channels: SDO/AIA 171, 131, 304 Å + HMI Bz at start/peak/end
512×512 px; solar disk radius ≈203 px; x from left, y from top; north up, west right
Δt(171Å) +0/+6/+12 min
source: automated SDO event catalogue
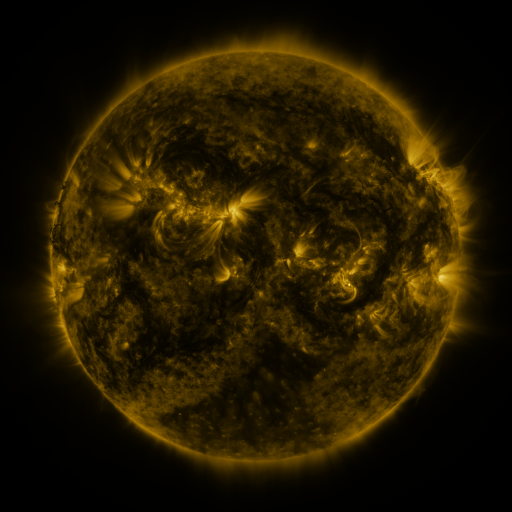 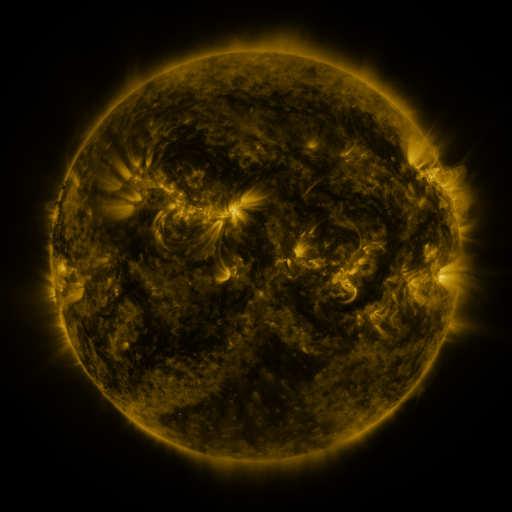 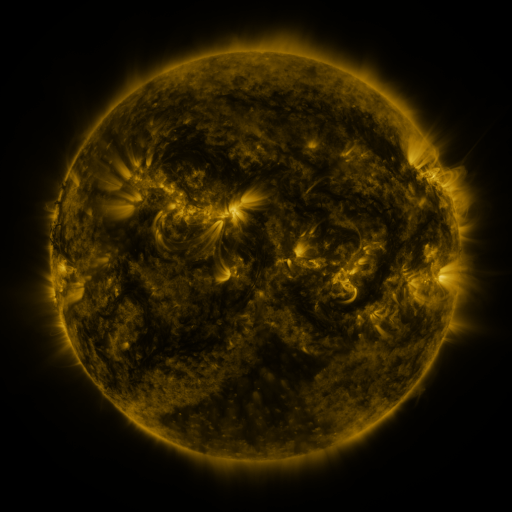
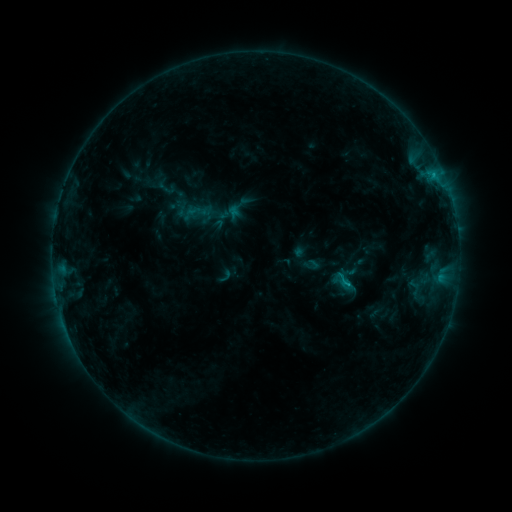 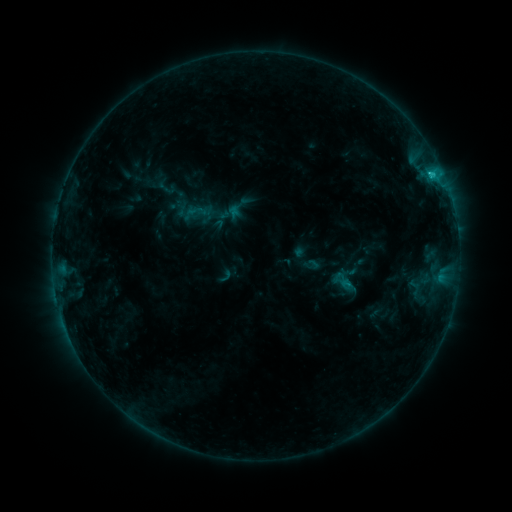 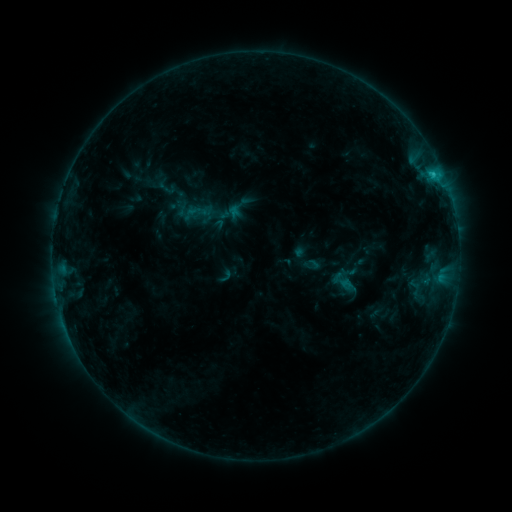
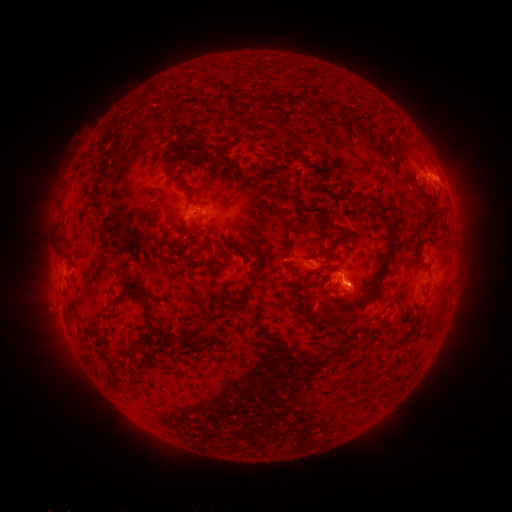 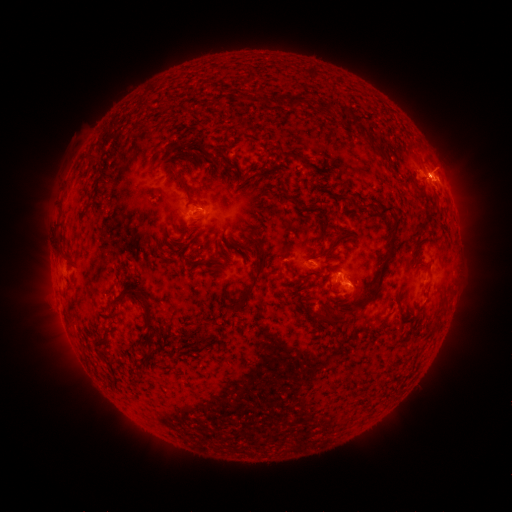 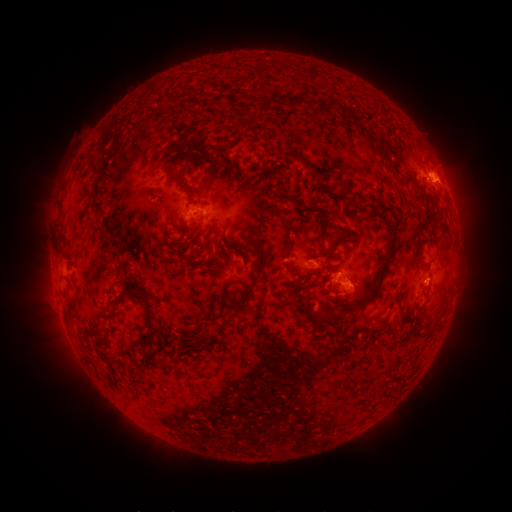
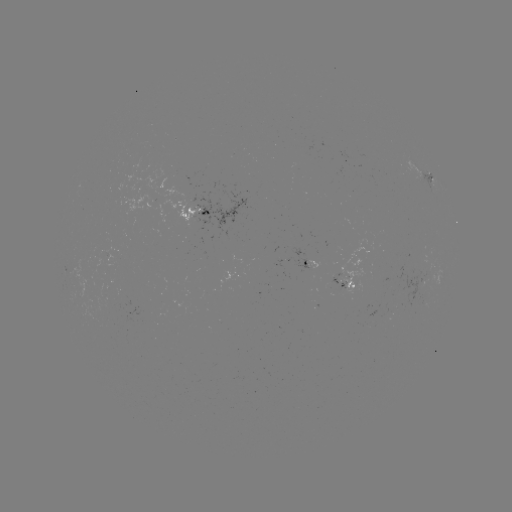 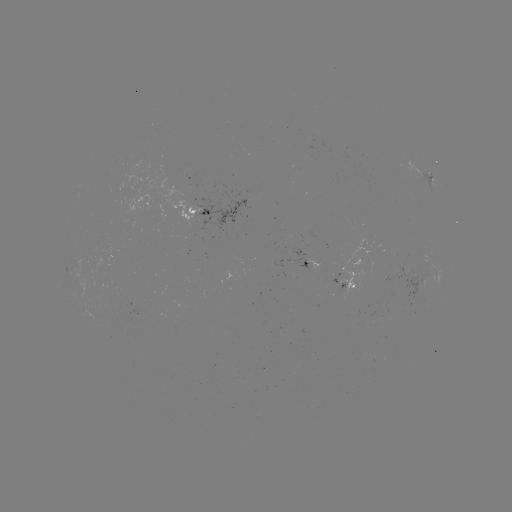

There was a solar flare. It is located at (430, 177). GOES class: C1.4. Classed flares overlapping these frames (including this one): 1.